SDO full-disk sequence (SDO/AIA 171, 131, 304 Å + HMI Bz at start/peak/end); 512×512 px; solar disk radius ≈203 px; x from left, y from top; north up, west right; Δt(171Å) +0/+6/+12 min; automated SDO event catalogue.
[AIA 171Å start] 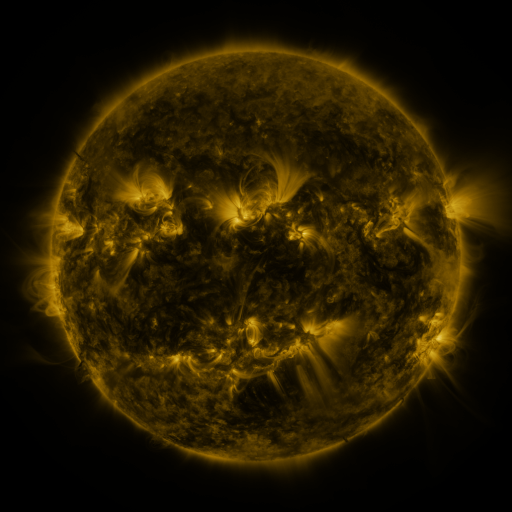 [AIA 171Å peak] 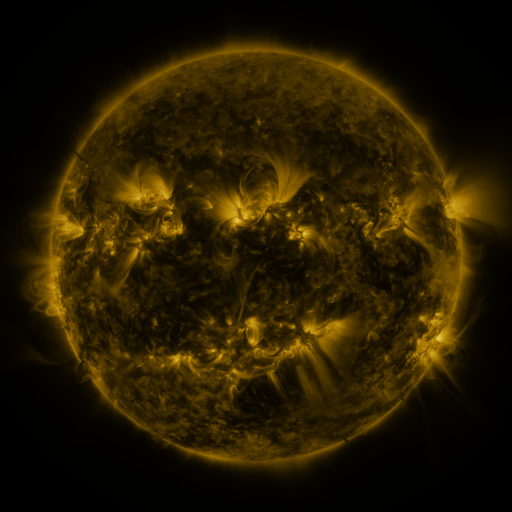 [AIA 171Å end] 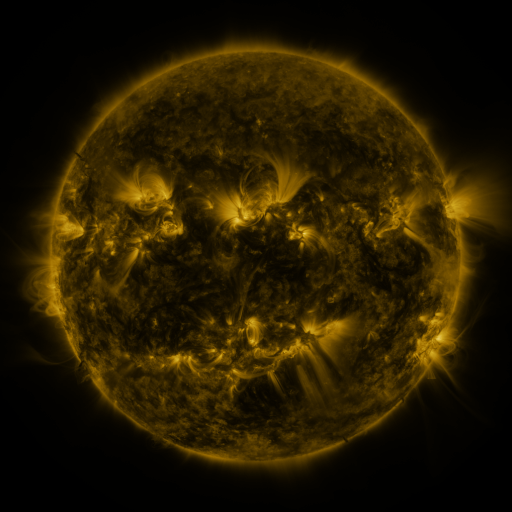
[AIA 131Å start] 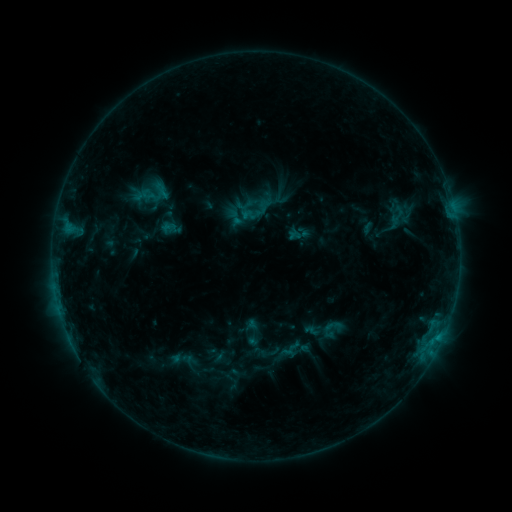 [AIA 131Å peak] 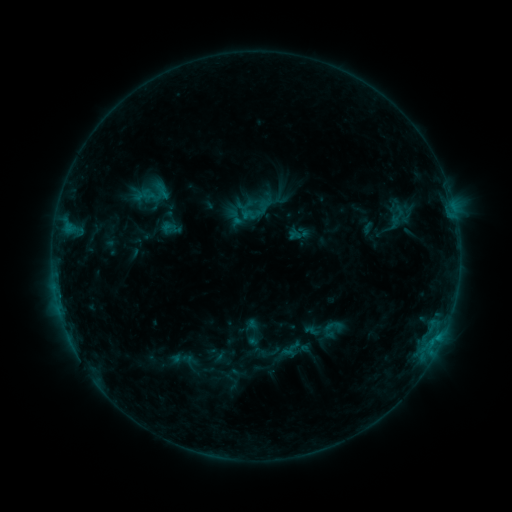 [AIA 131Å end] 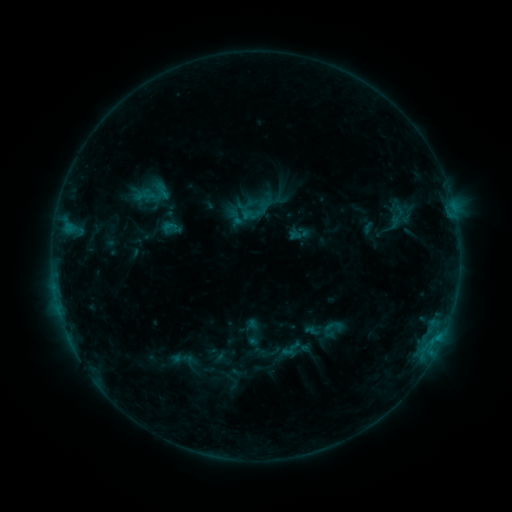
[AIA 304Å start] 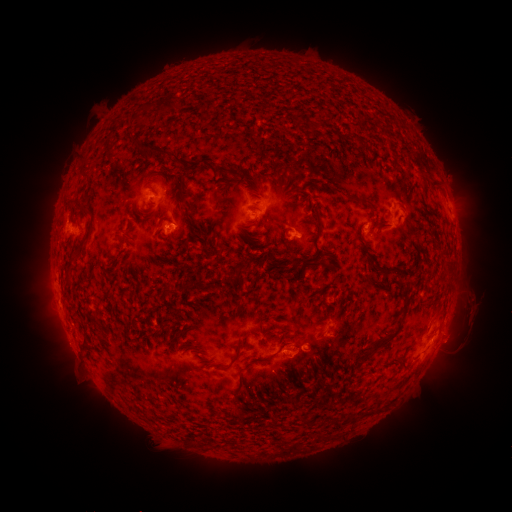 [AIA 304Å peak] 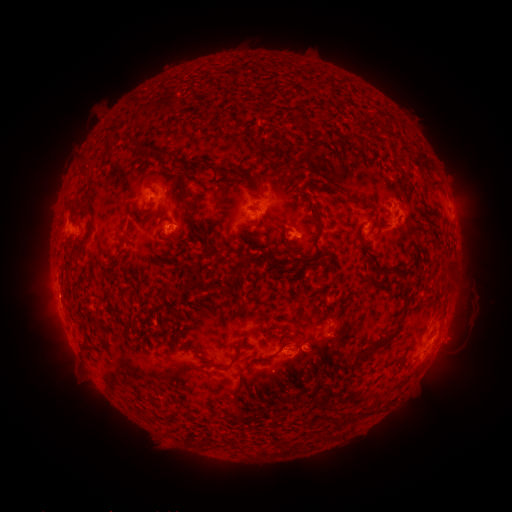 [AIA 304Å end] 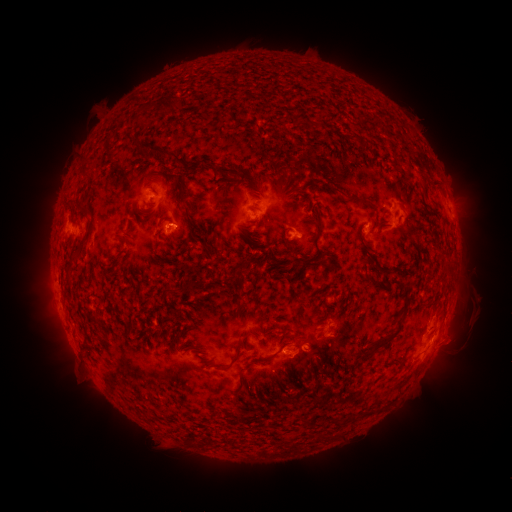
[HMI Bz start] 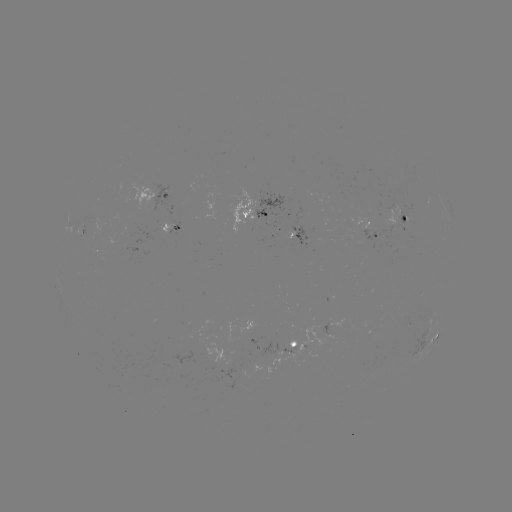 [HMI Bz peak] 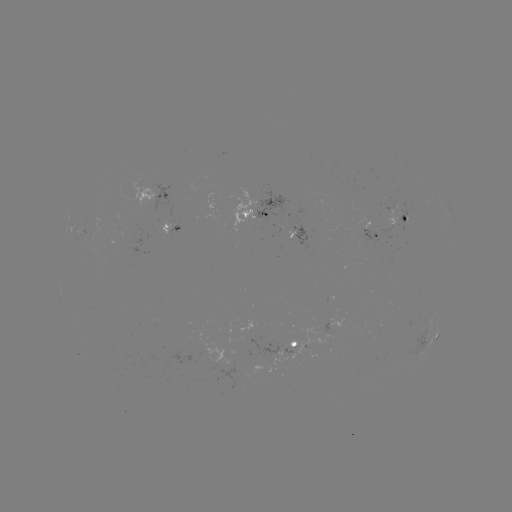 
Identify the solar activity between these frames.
eruption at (458, 338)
